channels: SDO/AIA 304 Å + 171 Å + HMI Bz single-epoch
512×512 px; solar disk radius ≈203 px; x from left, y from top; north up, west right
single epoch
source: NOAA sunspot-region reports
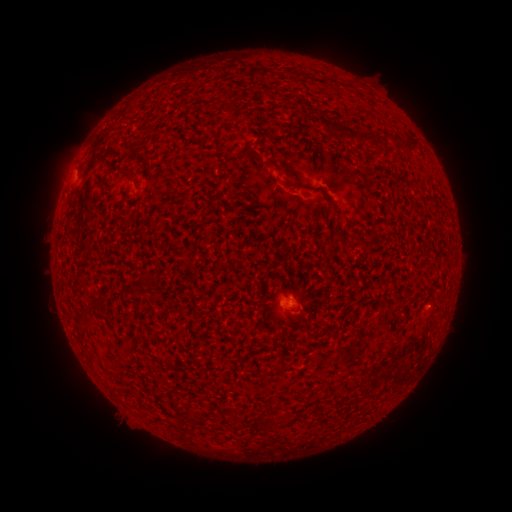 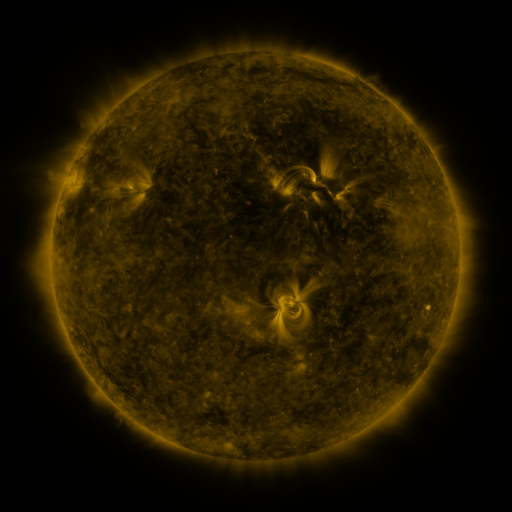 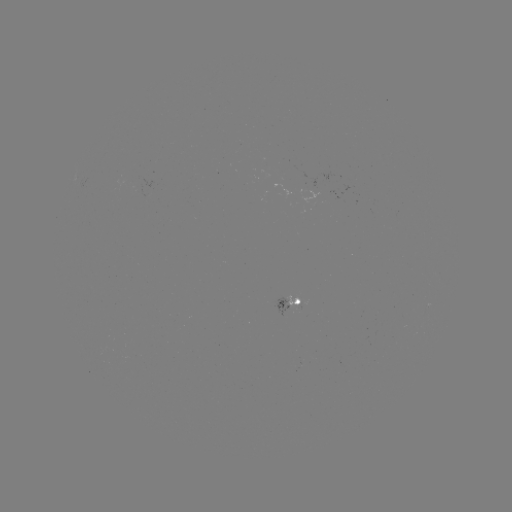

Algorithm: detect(spotted active region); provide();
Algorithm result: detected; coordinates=286,303